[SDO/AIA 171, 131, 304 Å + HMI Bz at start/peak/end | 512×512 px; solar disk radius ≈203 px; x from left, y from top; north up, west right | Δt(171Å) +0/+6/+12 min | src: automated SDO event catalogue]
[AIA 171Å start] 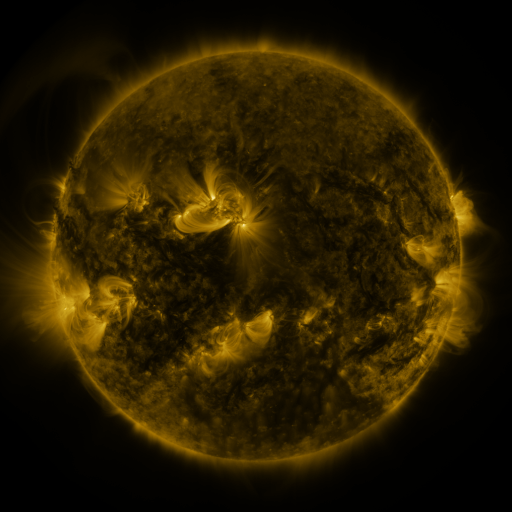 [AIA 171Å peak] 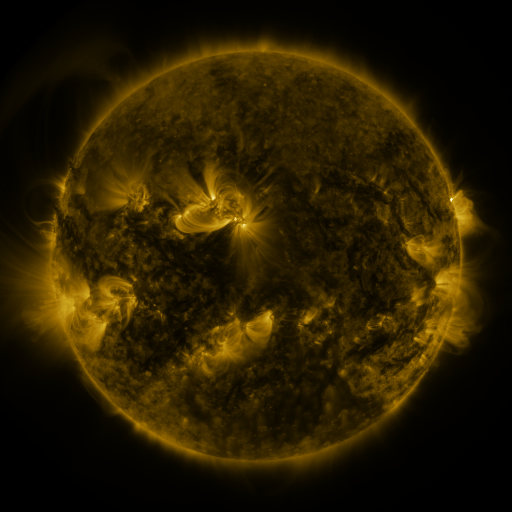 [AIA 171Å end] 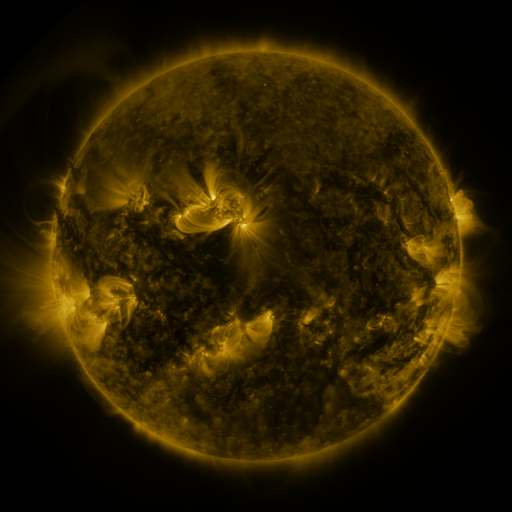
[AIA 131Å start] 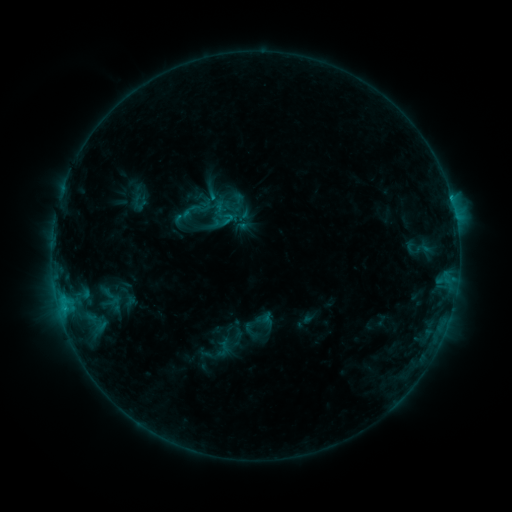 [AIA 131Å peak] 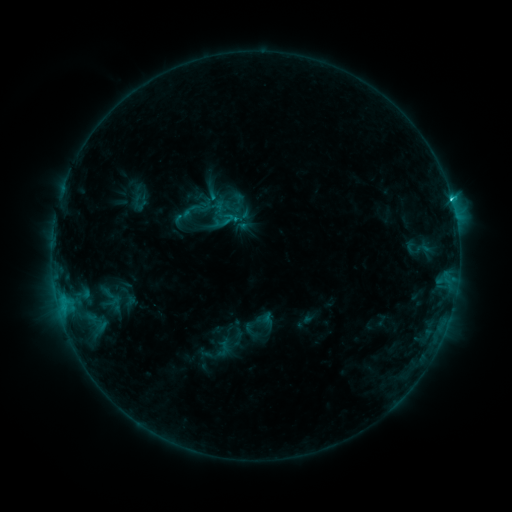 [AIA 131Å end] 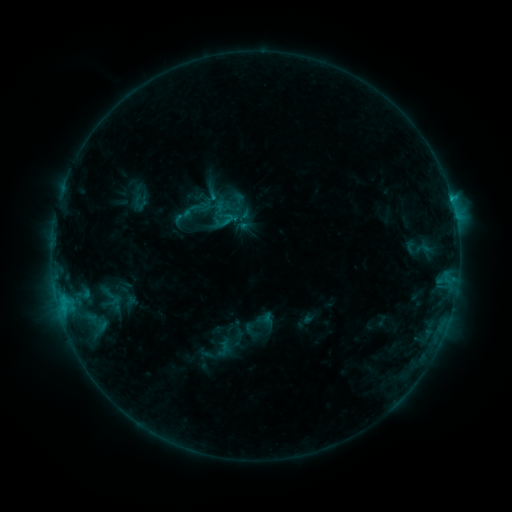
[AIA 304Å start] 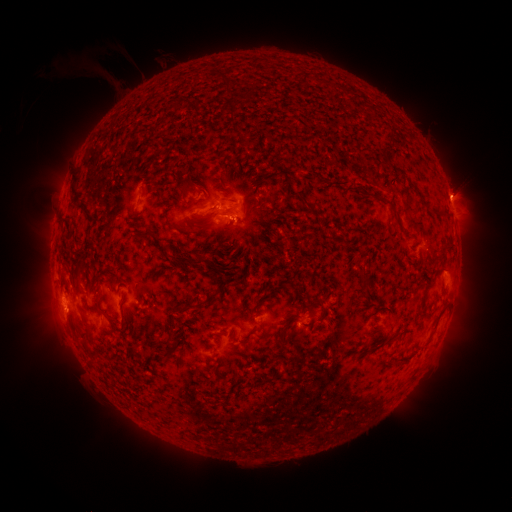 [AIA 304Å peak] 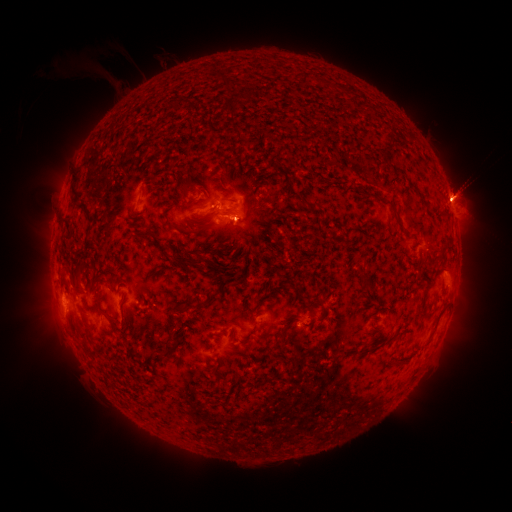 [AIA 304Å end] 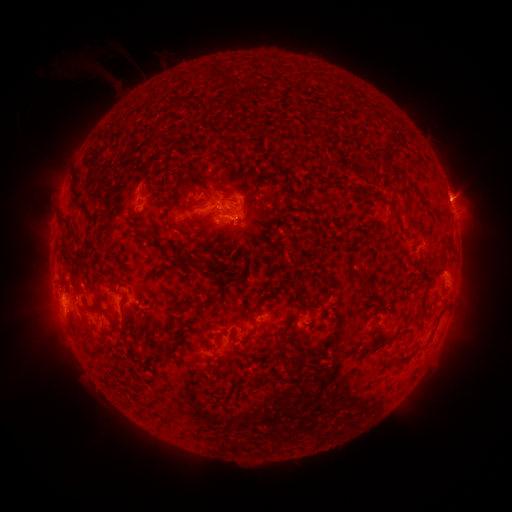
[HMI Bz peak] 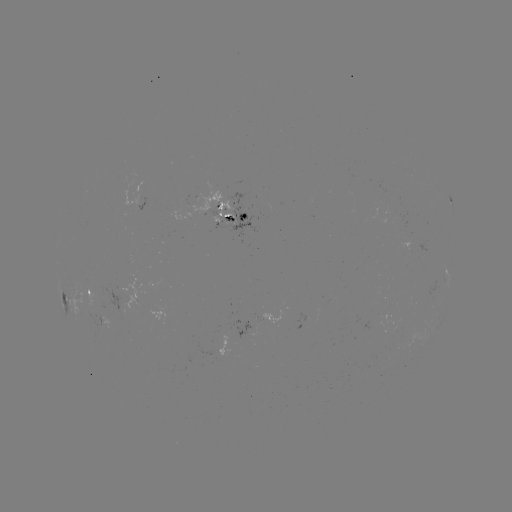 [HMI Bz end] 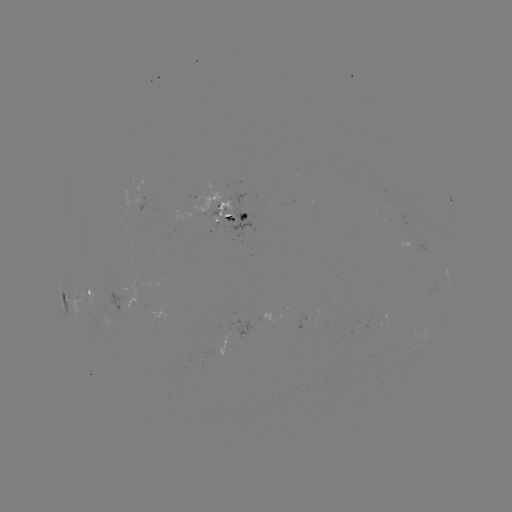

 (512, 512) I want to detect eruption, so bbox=[440, 179, 476, 217].